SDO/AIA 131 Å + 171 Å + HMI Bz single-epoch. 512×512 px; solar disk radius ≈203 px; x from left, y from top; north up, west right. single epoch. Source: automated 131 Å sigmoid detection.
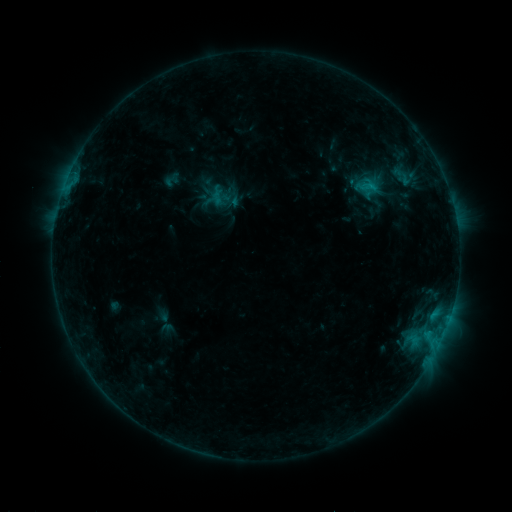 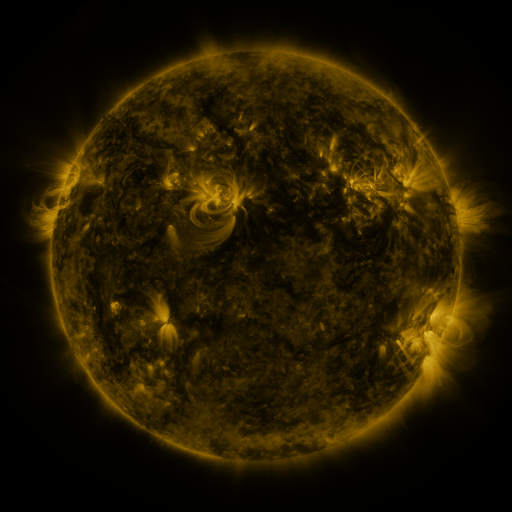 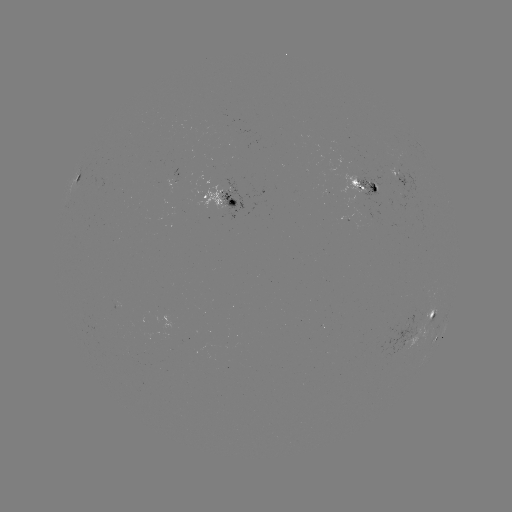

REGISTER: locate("sigmoid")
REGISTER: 219,197